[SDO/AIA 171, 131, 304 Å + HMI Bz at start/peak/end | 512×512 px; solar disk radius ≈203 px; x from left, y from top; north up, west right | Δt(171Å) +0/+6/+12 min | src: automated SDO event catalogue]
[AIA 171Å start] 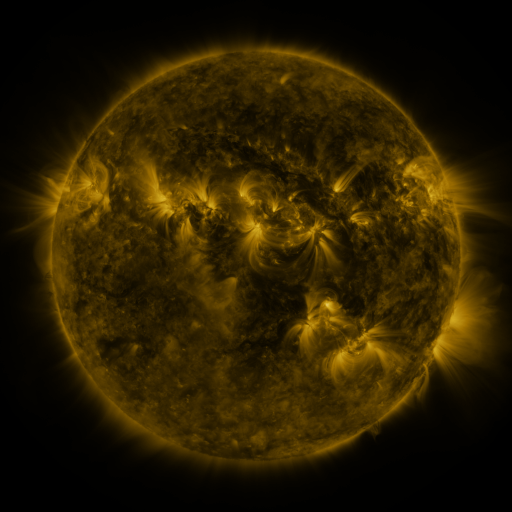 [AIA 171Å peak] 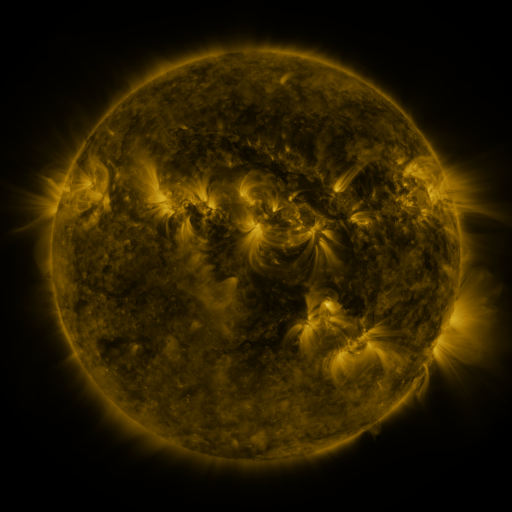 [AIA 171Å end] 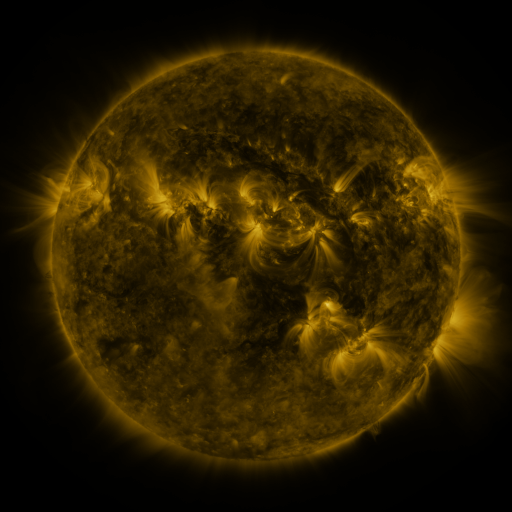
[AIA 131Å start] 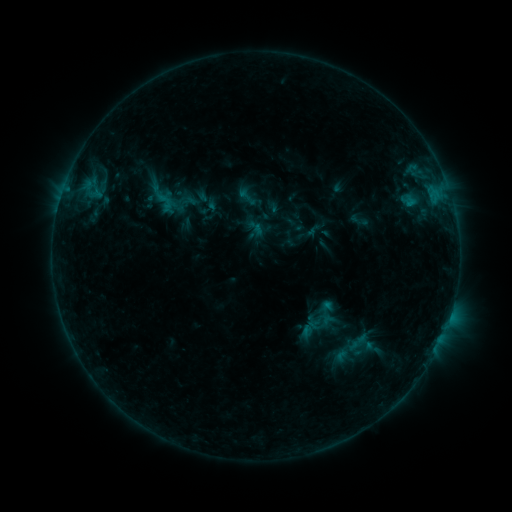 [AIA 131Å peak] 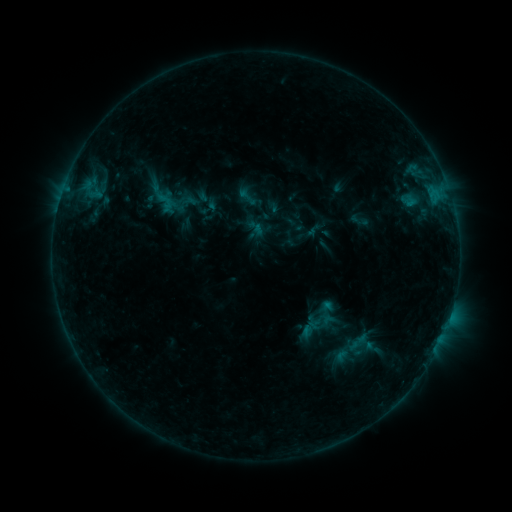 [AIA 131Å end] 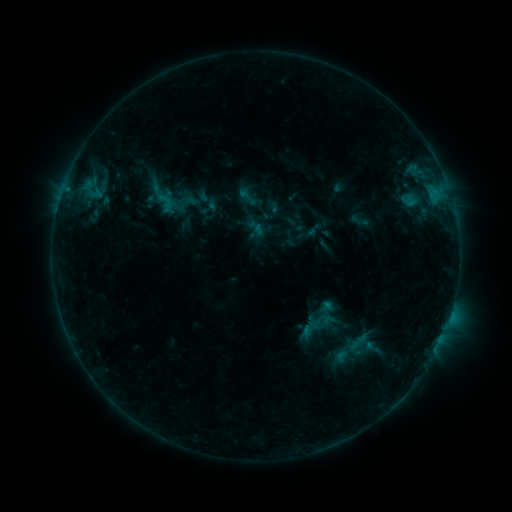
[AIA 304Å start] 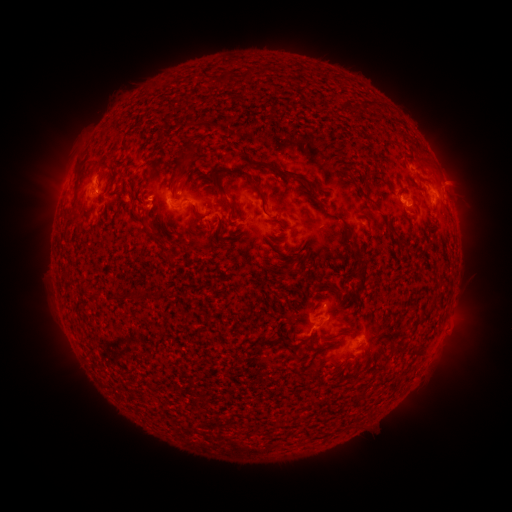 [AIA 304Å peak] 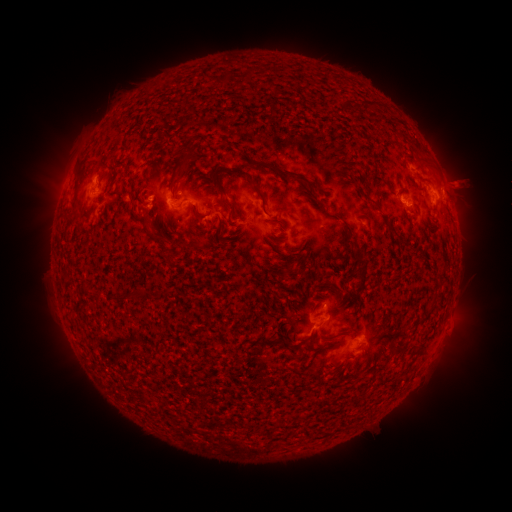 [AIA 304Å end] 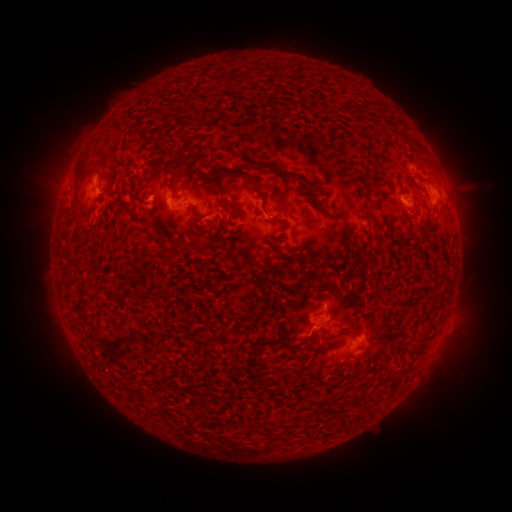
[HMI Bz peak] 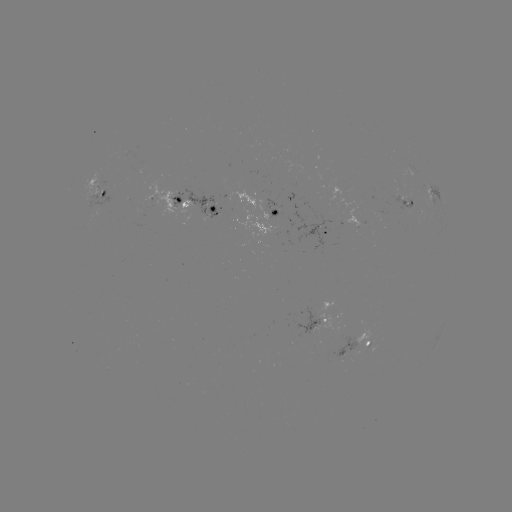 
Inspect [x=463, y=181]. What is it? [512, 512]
eruption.